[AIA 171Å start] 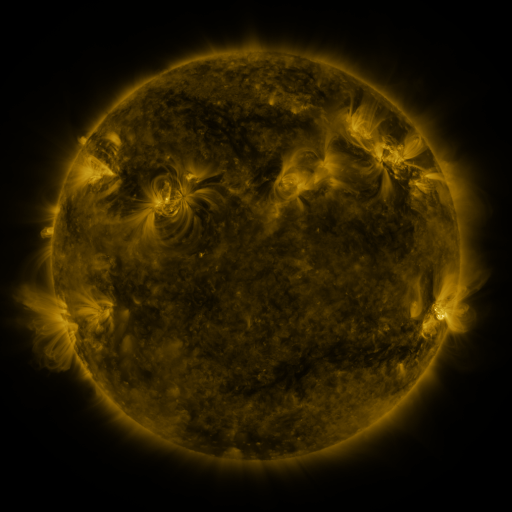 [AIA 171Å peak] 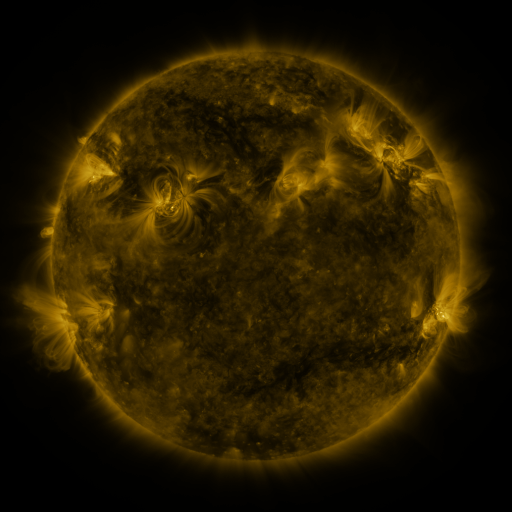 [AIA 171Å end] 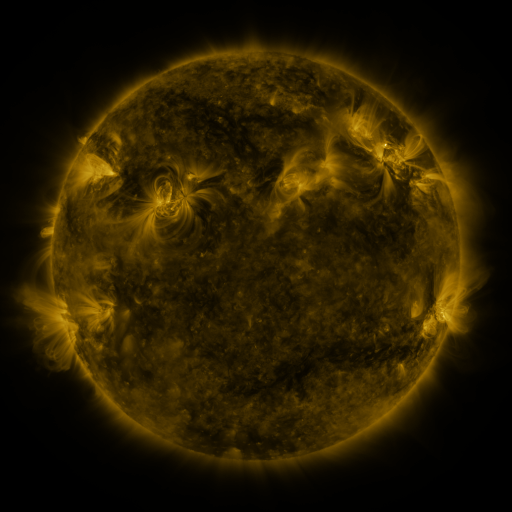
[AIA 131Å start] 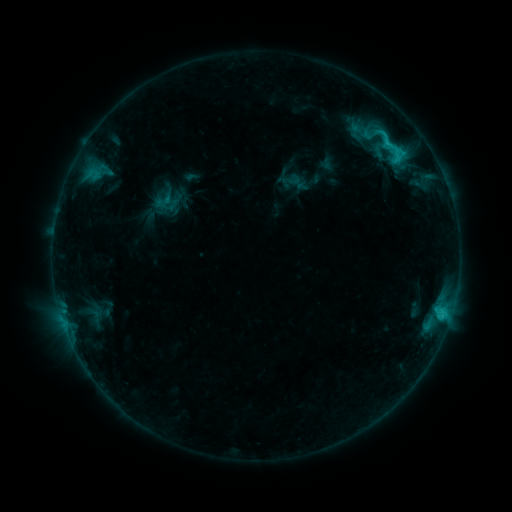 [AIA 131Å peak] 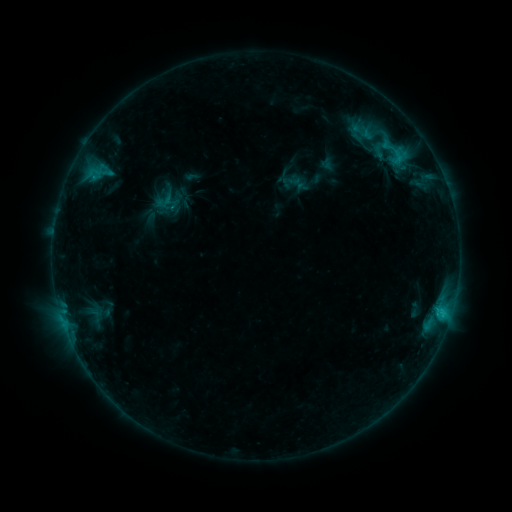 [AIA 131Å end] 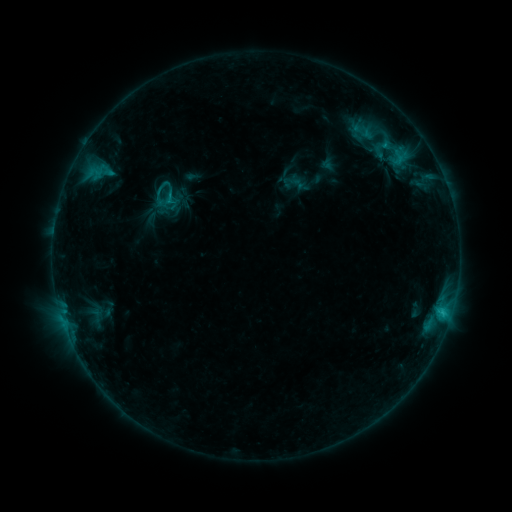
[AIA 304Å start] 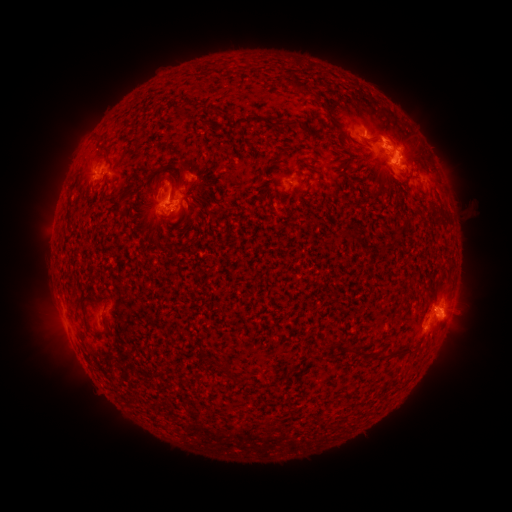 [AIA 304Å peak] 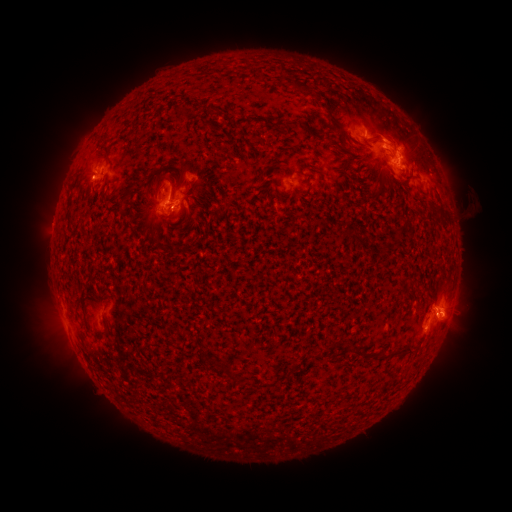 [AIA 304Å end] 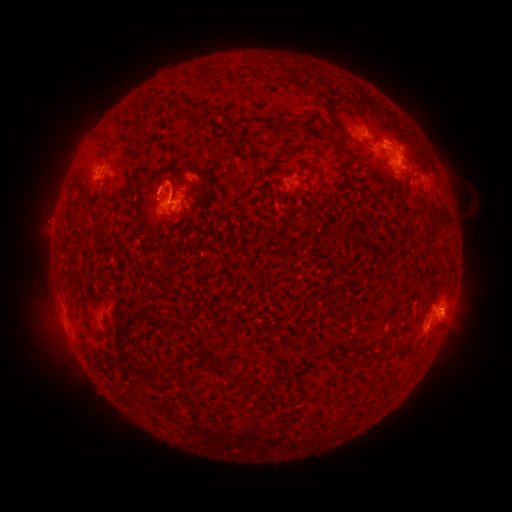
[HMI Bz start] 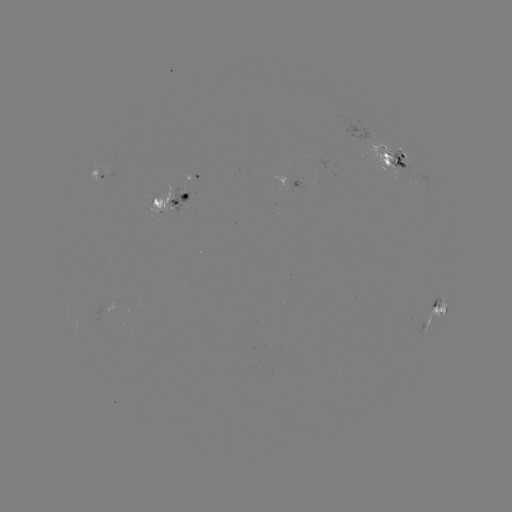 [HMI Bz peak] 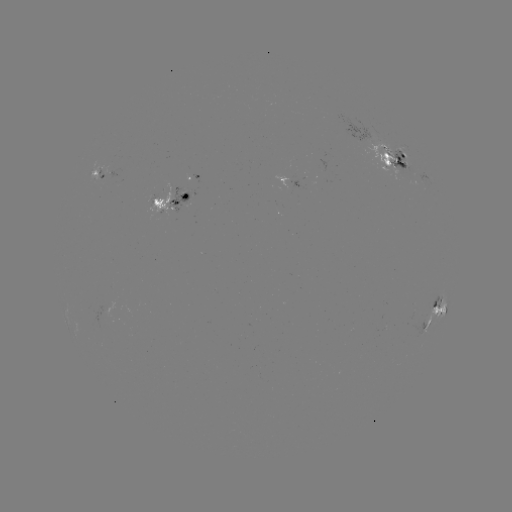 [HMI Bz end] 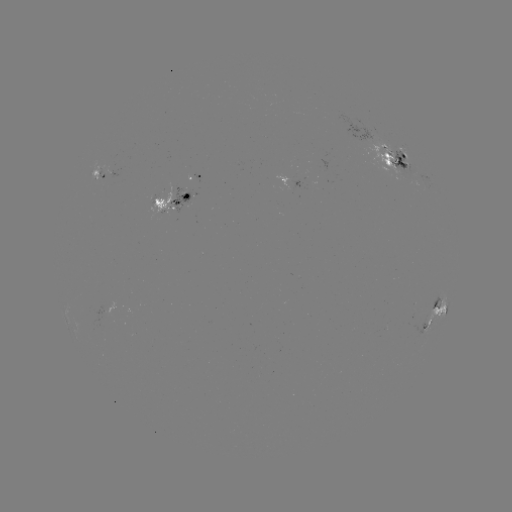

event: emerging-flux region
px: (398, 160)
